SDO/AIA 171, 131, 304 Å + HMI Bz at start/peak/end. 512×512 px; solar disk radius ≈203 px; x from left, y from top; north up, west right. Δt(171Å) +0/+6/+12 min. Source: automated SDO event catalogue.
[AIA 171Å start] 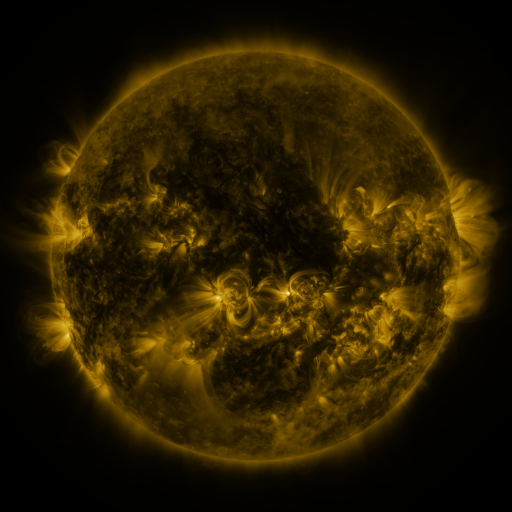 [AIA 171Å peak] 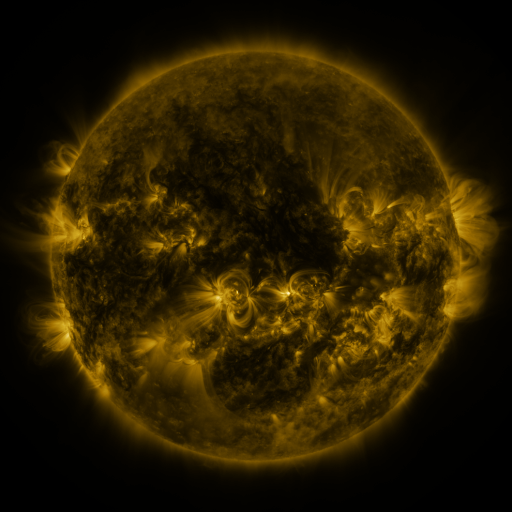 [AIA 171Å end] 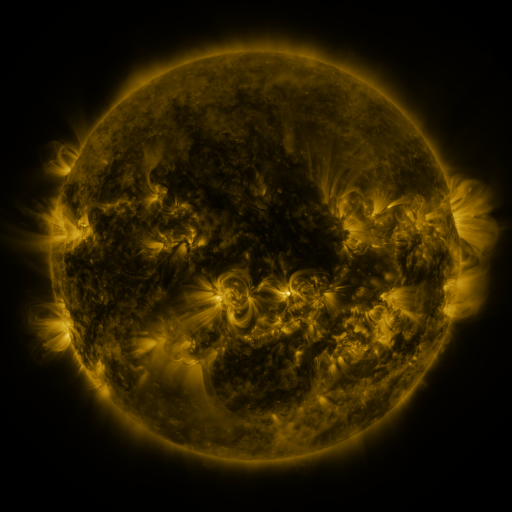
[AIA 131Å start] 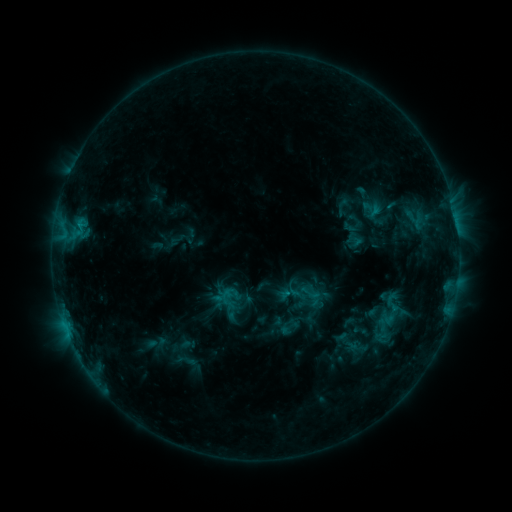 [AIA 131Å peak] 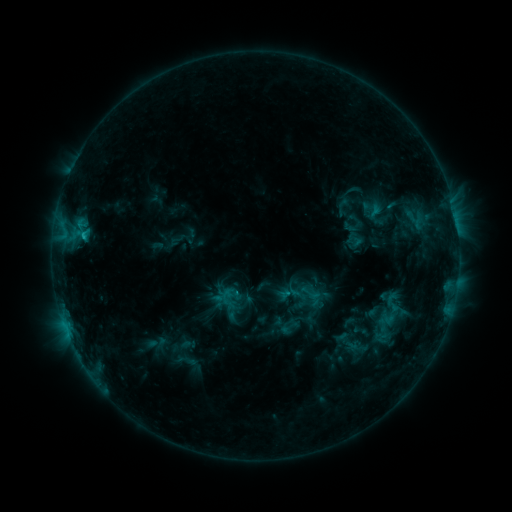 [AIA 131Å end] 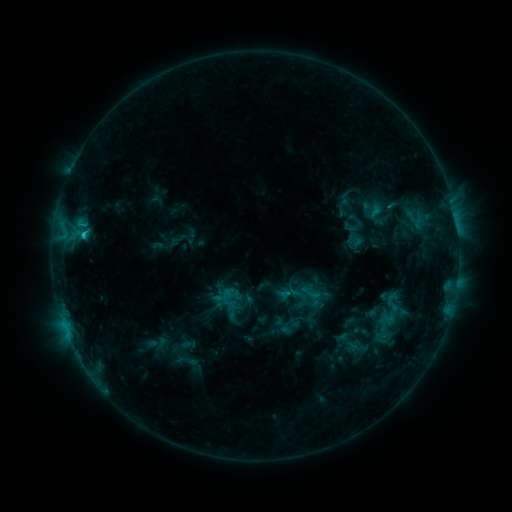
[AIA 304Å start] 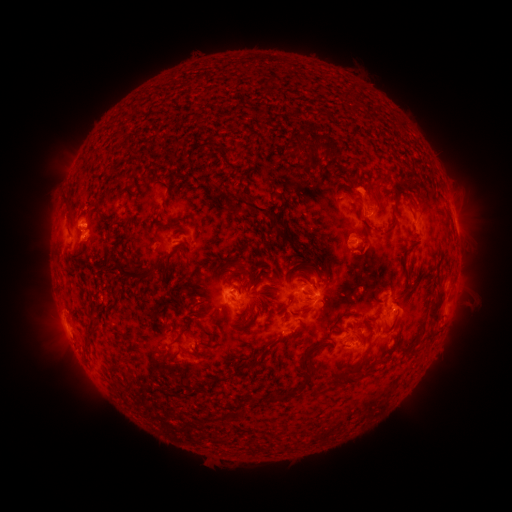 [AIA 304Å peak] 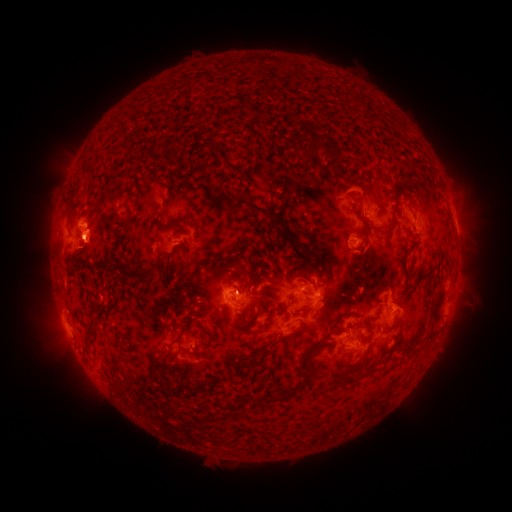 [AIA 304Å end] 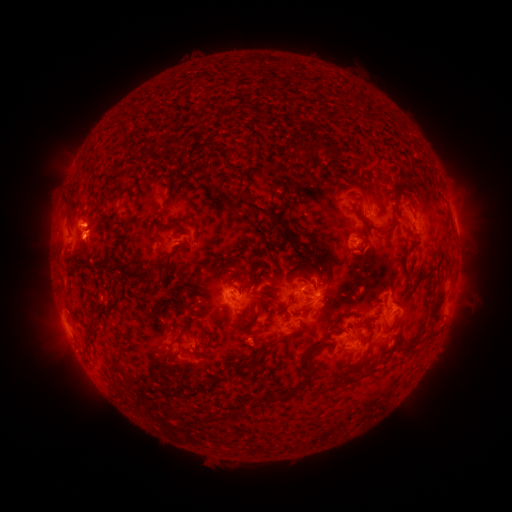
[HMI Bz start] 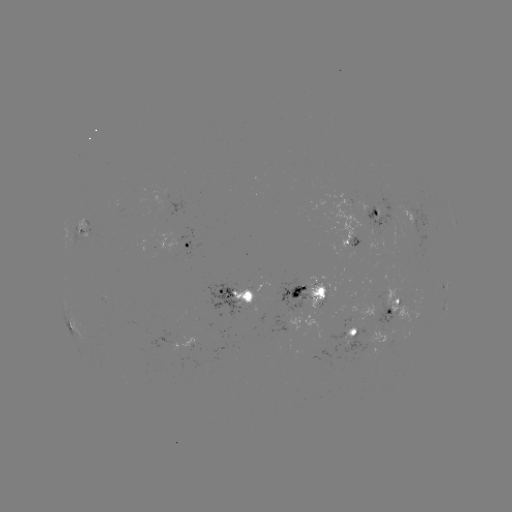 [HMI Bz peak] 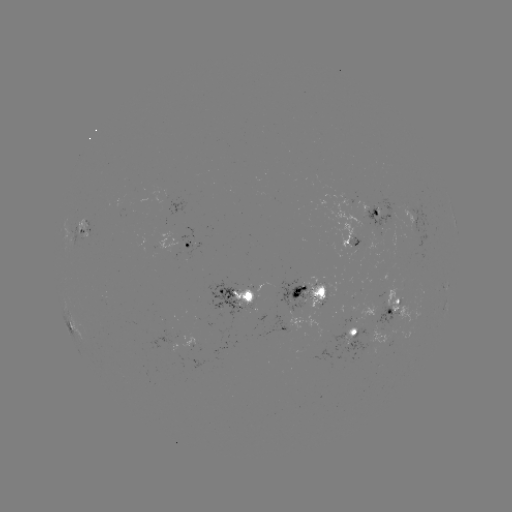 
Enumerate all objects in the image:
eruption: (85, 250)
